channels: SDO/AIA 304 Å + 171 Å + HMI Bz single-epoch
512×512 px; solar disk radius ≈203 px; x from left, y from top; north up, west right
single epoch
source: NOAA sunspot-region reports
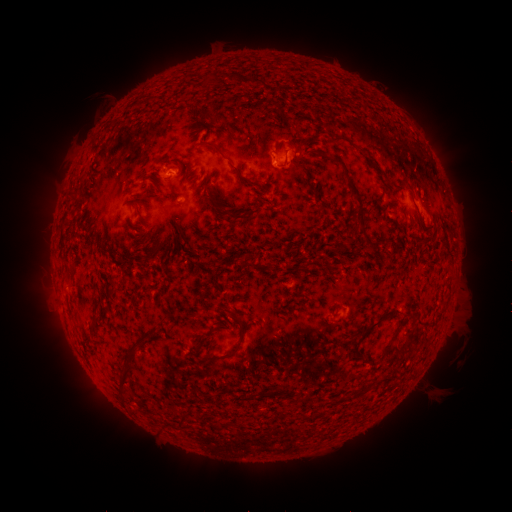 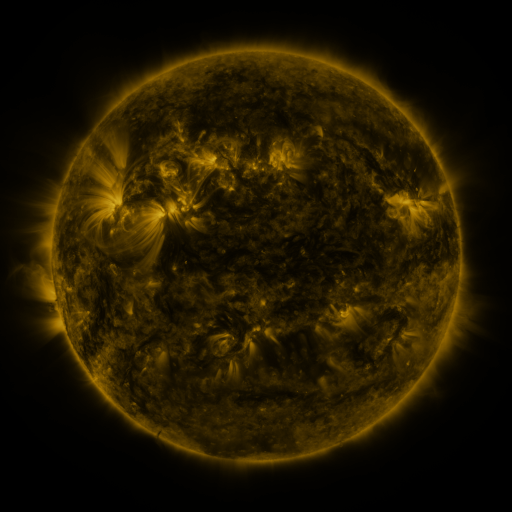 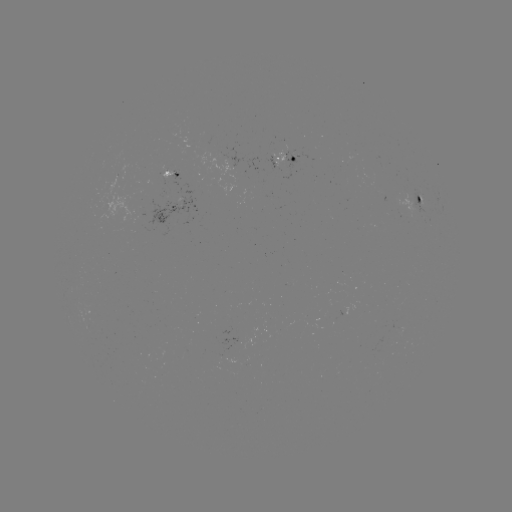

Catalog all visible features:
spotted active region: (298, 159)
spotted active region: (174, 173)
spotted active region: (424, 202)
spotted active region: (173, 206)
